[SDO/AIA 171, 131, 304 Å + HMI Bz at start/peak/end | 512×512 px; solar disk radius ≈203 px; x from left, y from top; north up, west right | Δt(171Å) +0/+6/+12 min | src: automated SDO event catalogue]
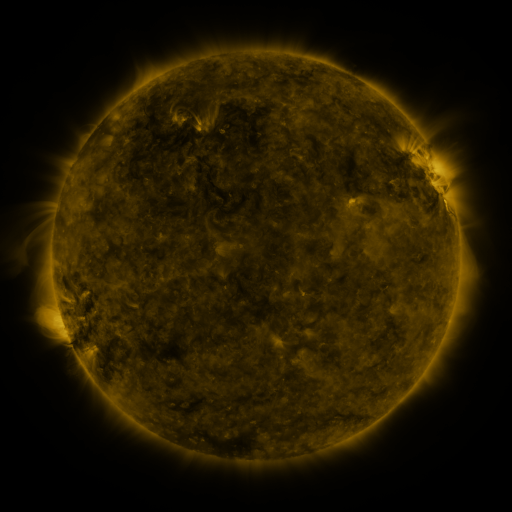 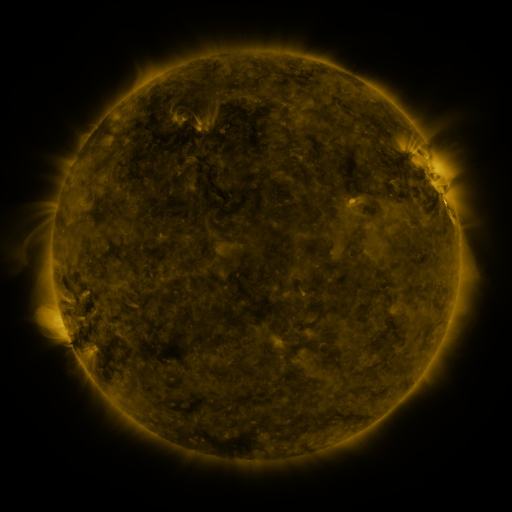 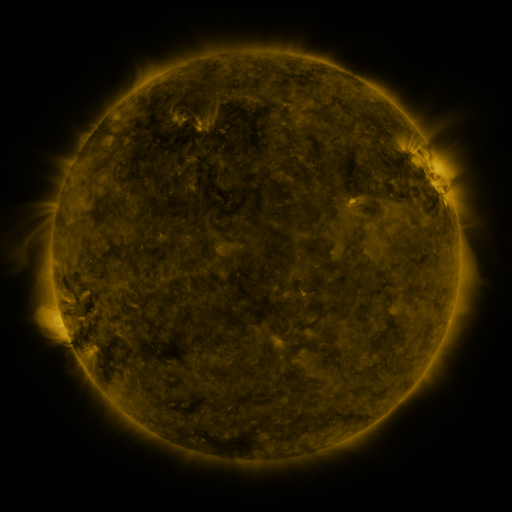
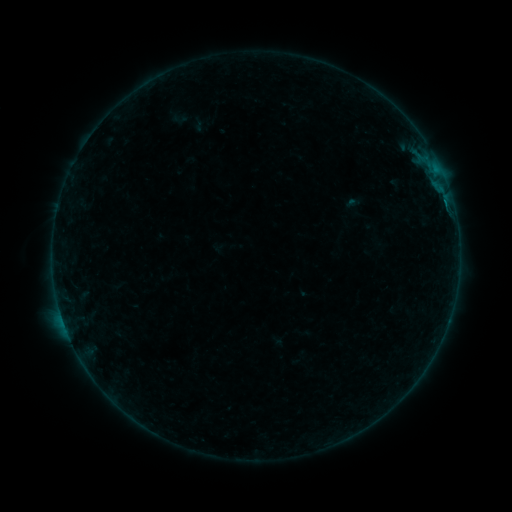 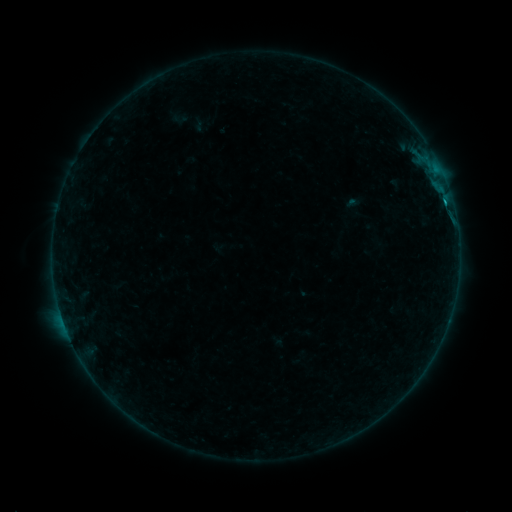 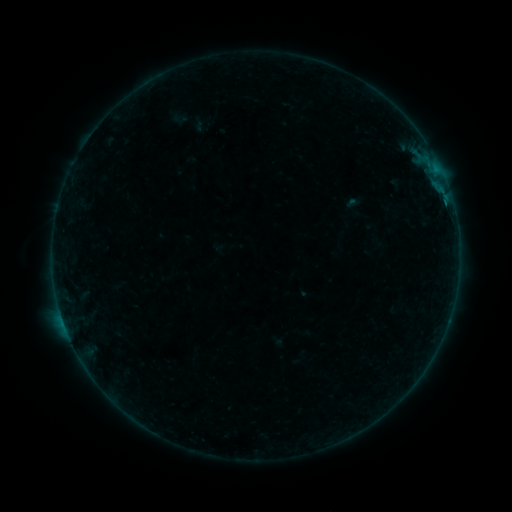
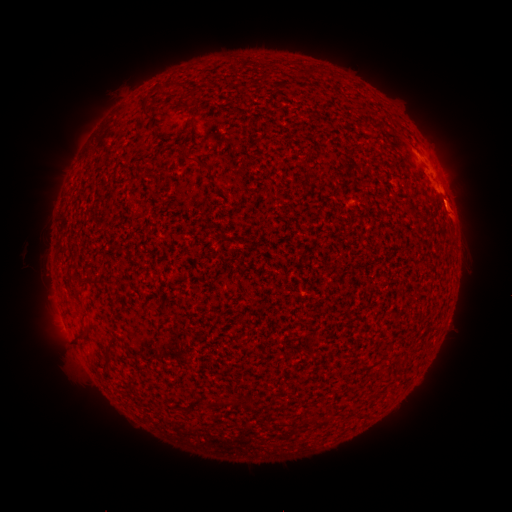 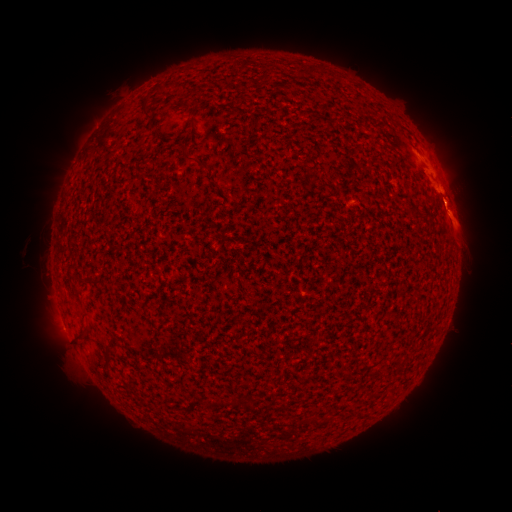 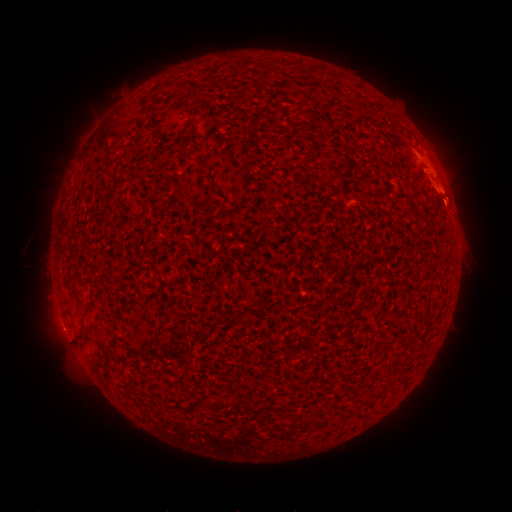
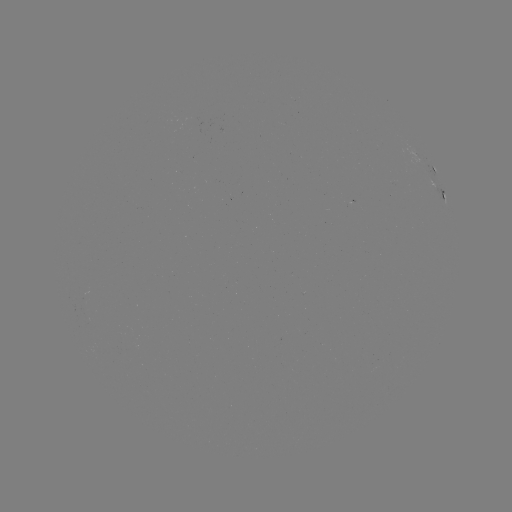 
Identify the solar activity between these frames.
B2.7 flare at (447, 211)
